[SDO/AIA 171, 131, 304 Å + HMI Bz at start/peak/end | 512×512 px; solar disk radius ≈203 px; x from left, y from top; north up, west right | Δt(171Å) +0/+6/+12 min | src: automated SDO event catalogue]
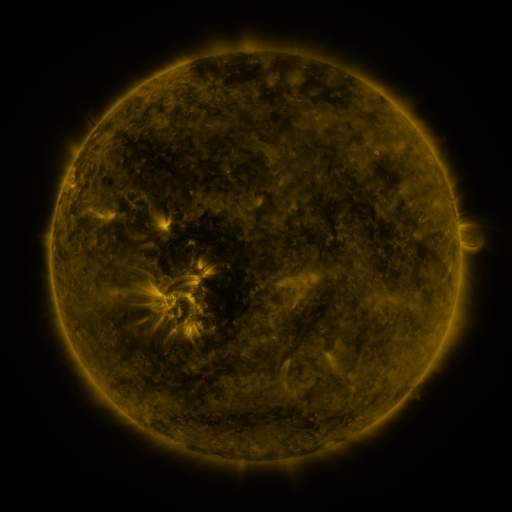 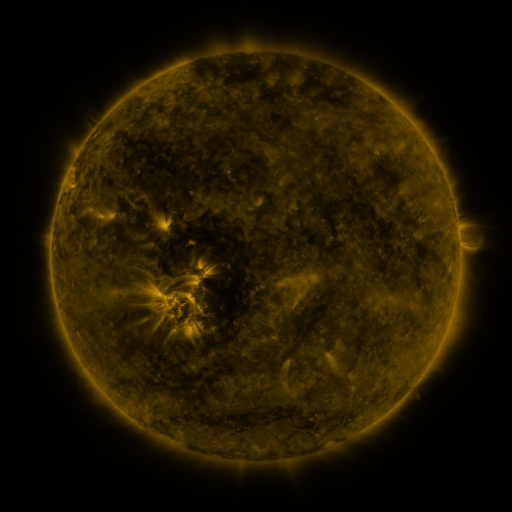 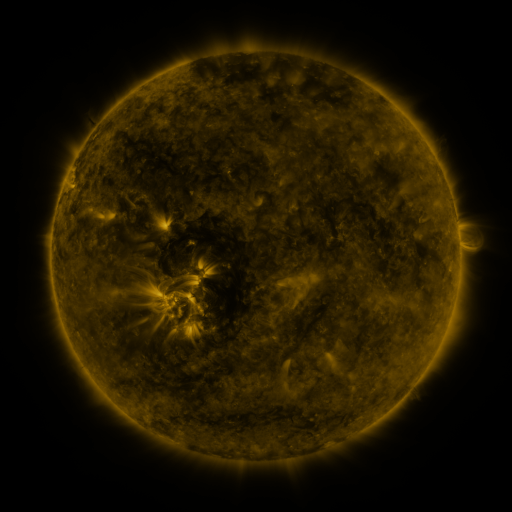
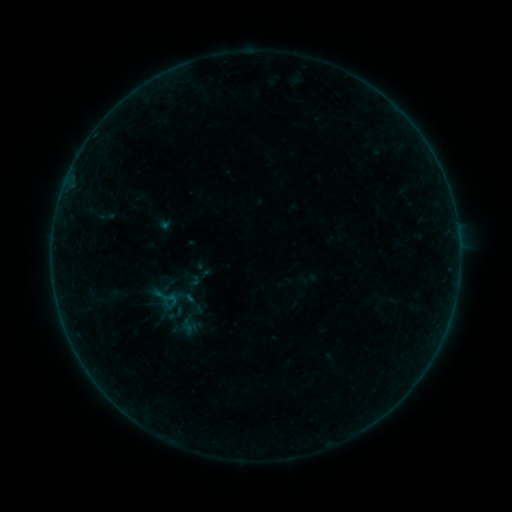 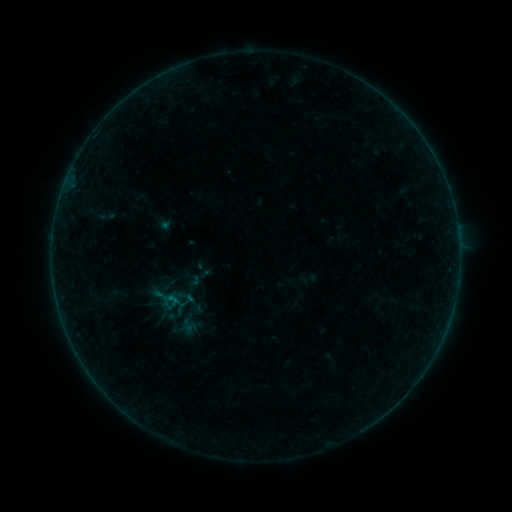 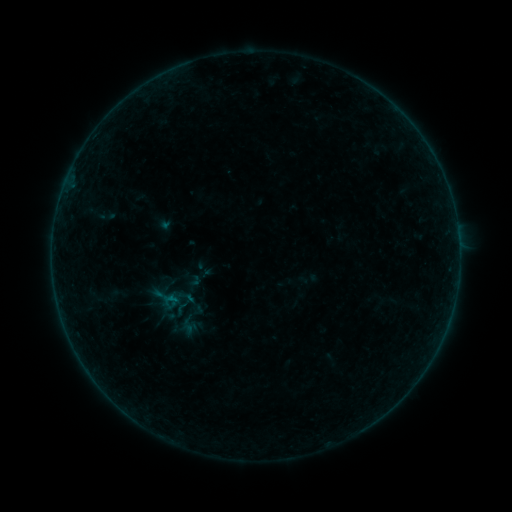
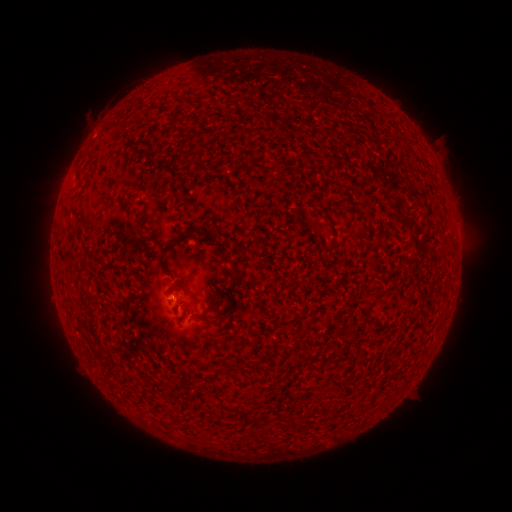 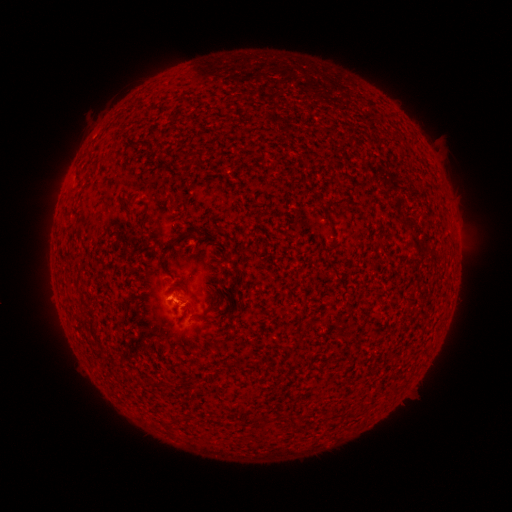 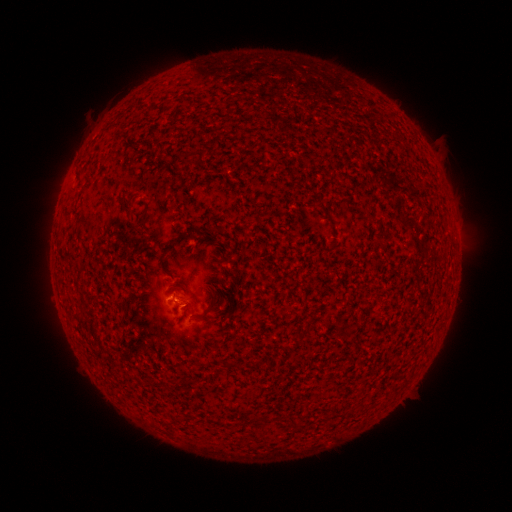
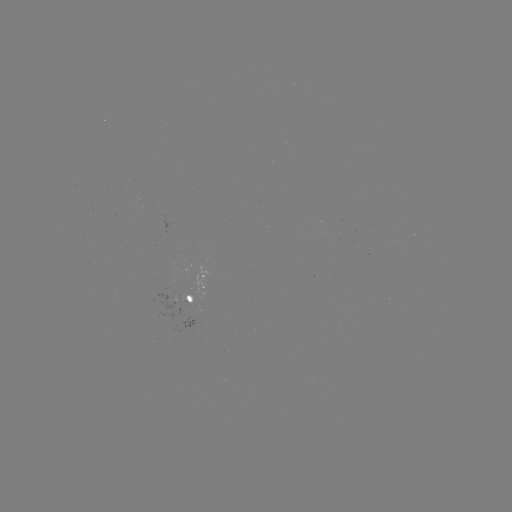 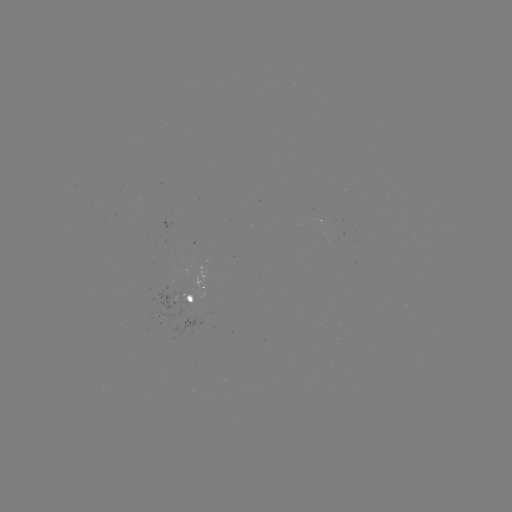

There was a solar flare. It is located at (173, 300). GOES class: B1.5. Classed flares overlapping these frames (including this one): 1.